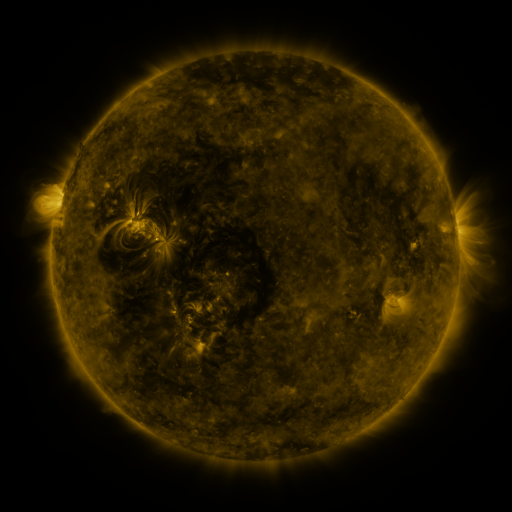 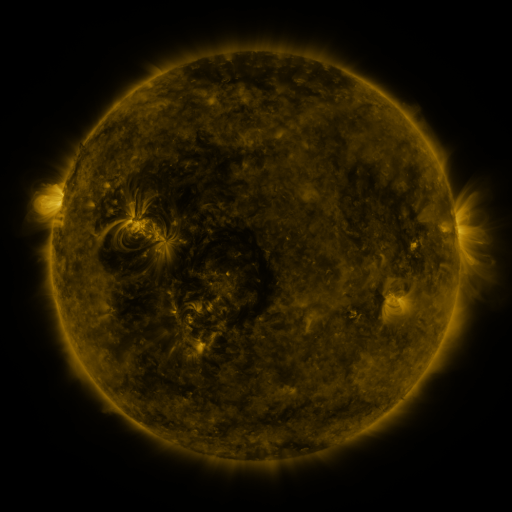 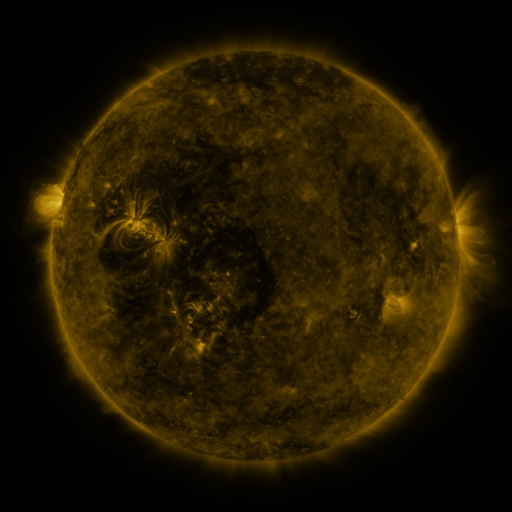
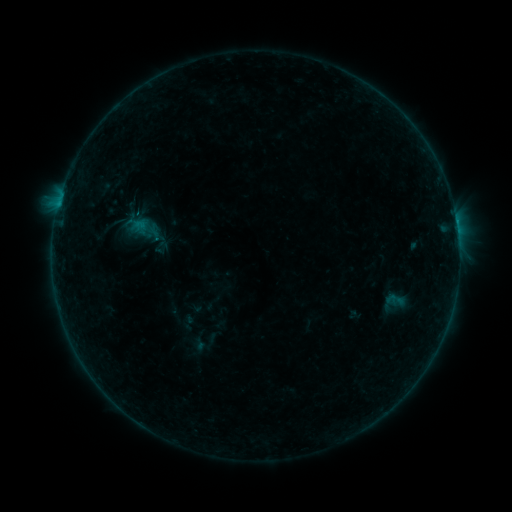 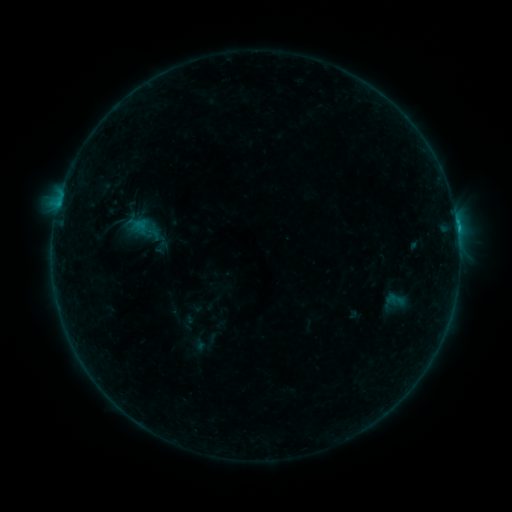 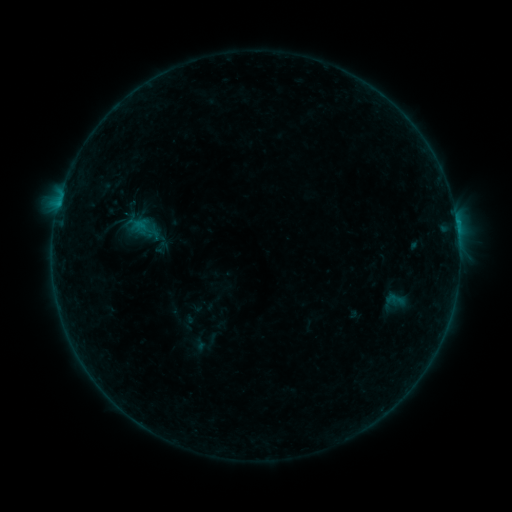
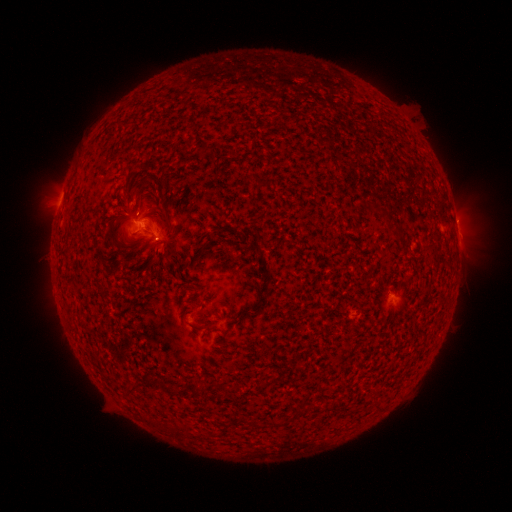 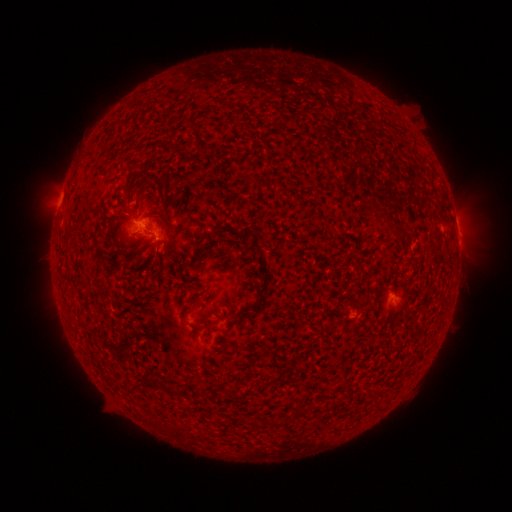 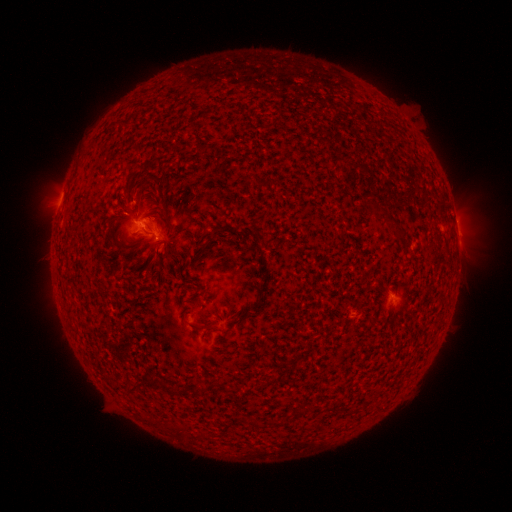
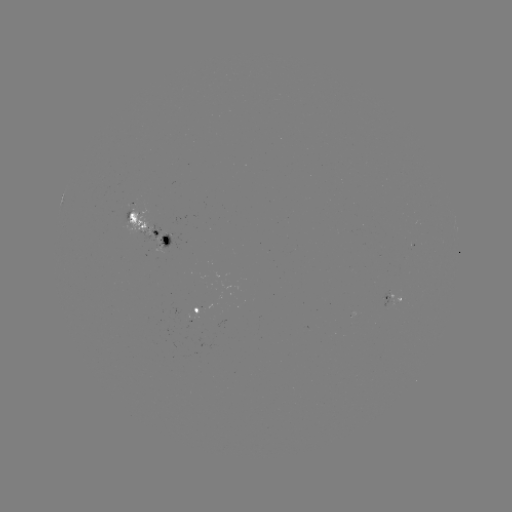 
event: flare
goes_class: B4.2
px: (457, 231)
